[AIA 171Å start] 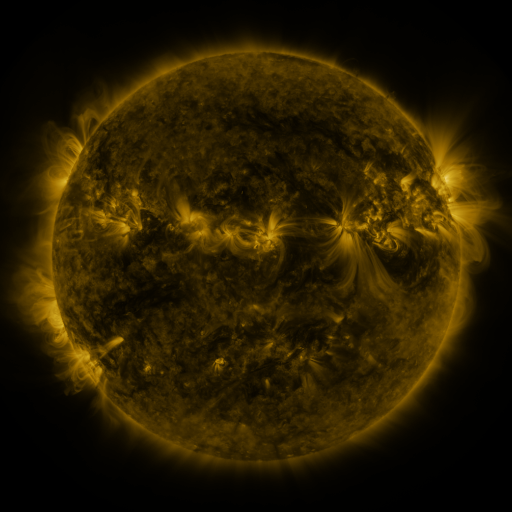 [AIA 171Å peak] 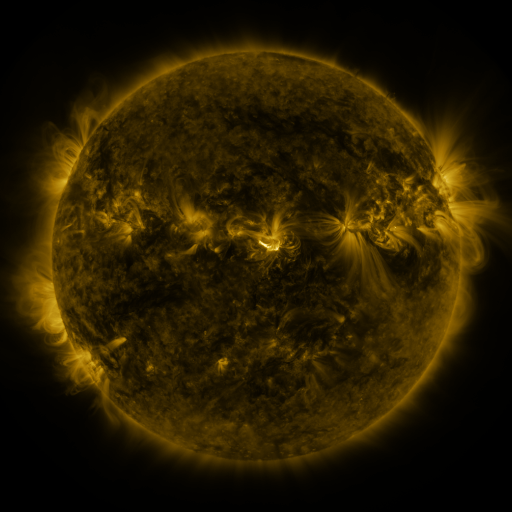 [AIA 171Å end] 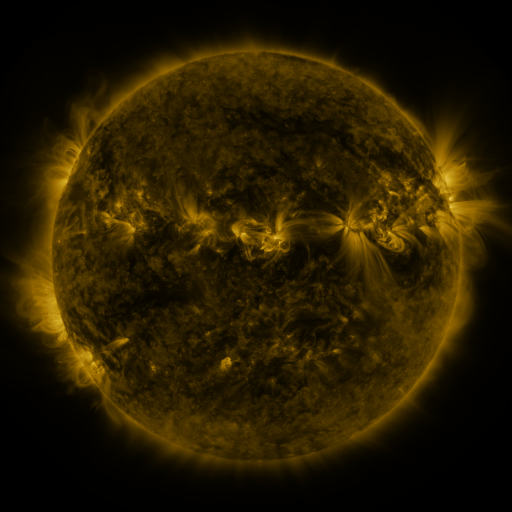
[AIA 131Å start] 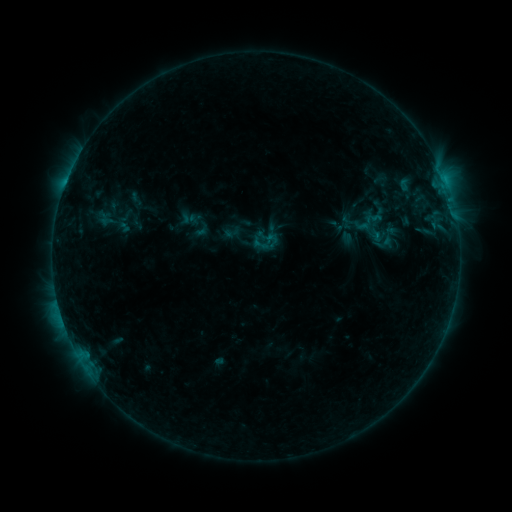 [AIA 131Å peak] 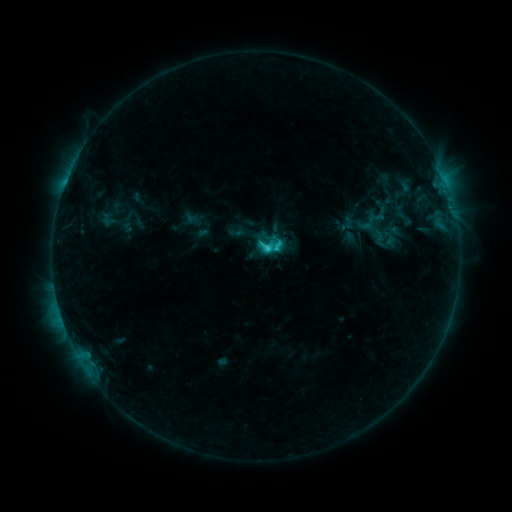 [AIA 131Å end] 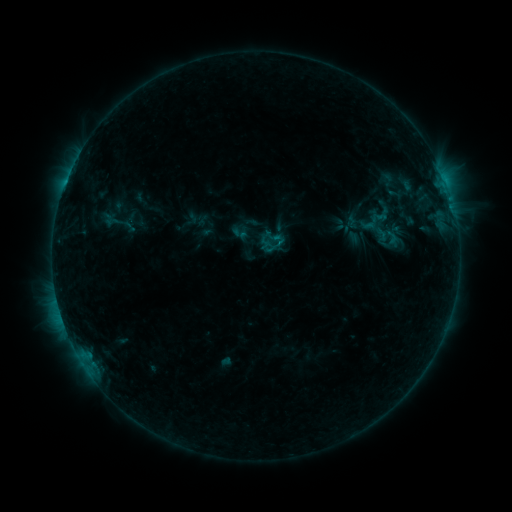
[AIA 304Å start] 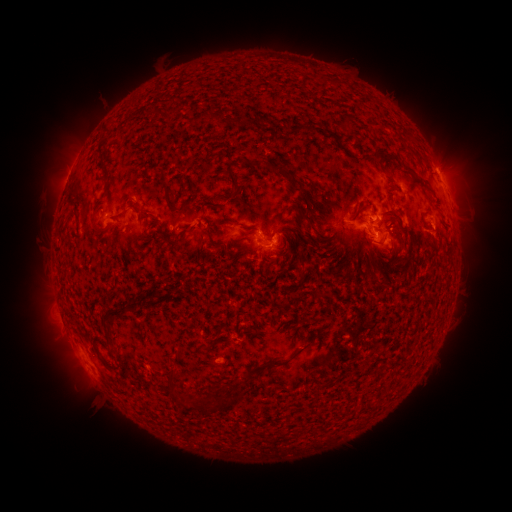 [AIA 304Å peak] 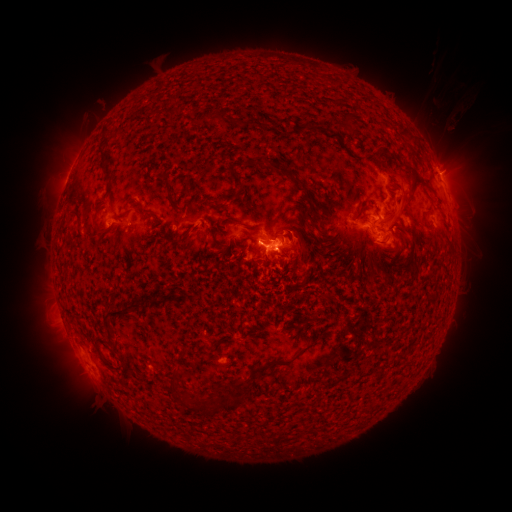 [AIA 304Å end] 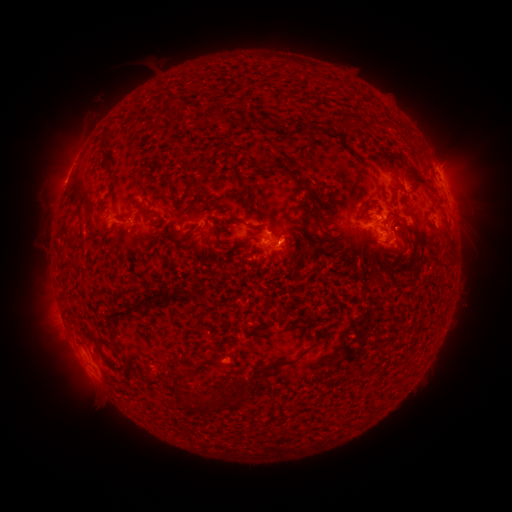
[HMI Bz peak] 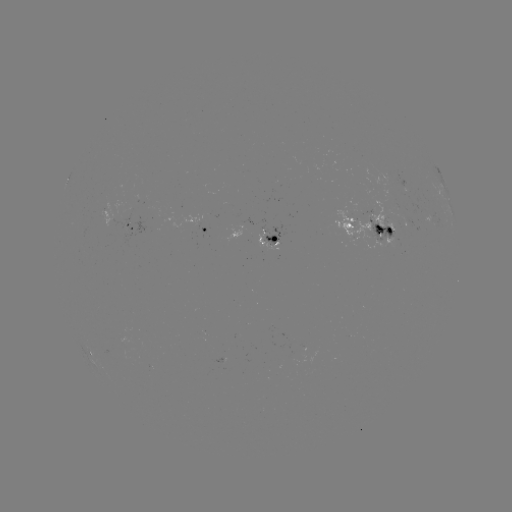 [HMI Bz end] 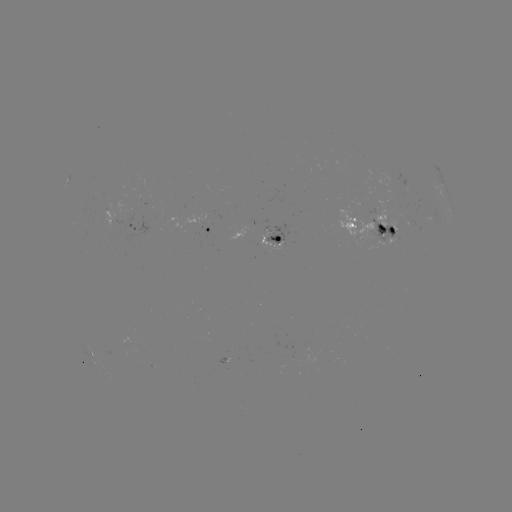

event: filament eruption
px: (427, 160)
